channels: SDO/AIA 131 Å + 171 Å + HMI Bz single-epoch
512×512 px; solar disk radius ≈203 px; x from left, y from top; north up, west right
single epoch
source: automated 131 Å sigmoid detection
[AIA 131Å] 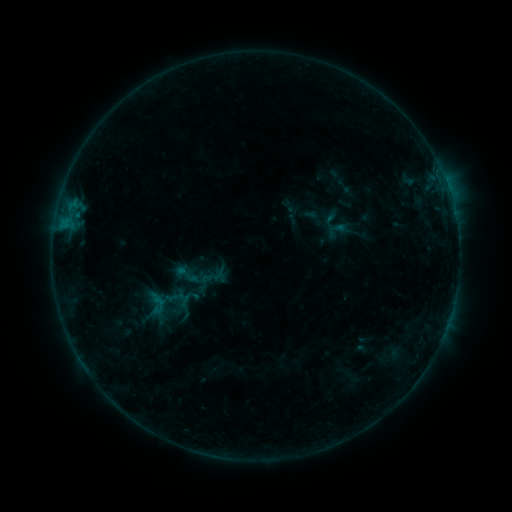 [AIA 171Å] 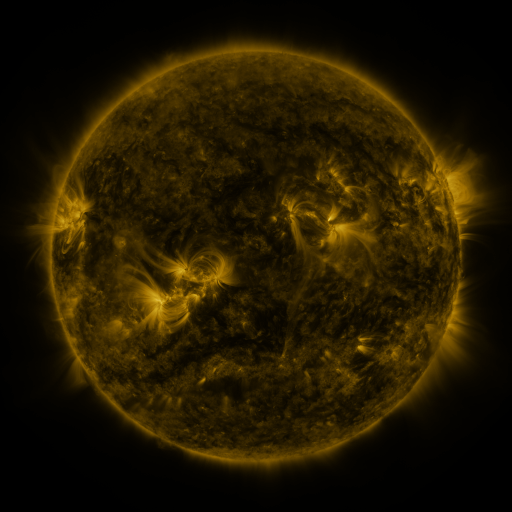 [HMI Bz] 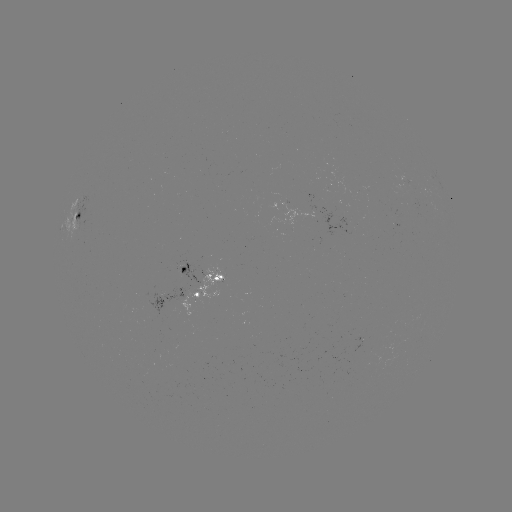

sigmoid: (172, 261, 200, 288)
